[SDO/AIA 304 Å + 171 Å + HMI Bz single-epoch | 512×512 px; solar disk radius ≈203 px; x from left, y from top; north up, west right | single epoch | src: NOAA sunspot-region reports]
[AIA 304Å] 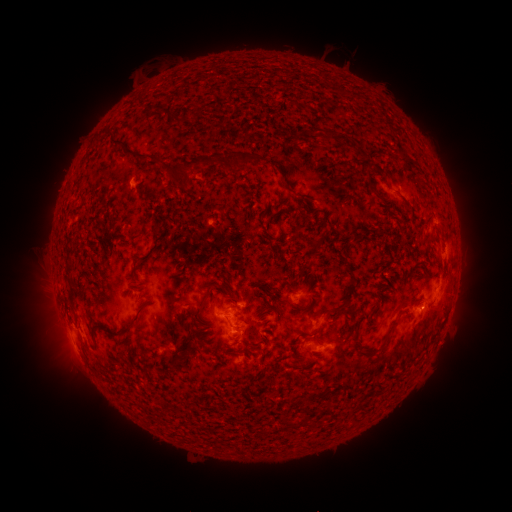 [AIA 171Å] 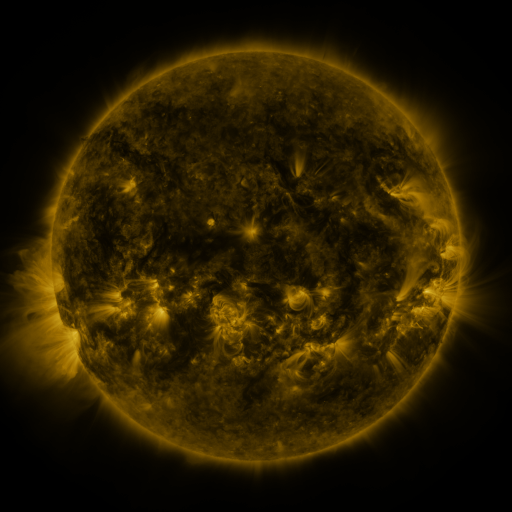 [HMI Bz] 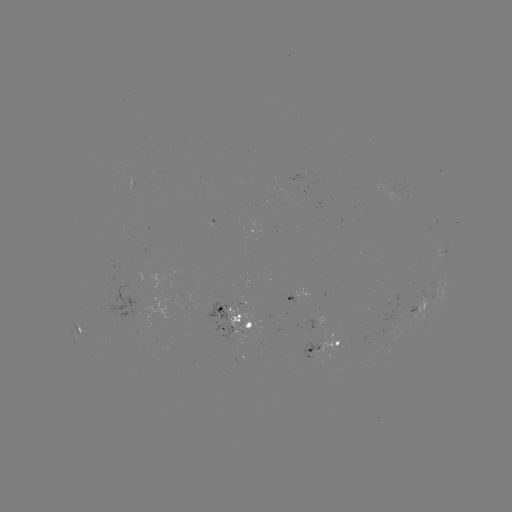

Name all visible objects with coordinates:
spotted active region: (443, 249)
spotted active region: (294, 297)
spotted active region: (420, 303)
spotted active region: (235, 317)
spotted active region: (319, 321)
spotted active region: (82, 329)
spotted active region: (325, 344)
